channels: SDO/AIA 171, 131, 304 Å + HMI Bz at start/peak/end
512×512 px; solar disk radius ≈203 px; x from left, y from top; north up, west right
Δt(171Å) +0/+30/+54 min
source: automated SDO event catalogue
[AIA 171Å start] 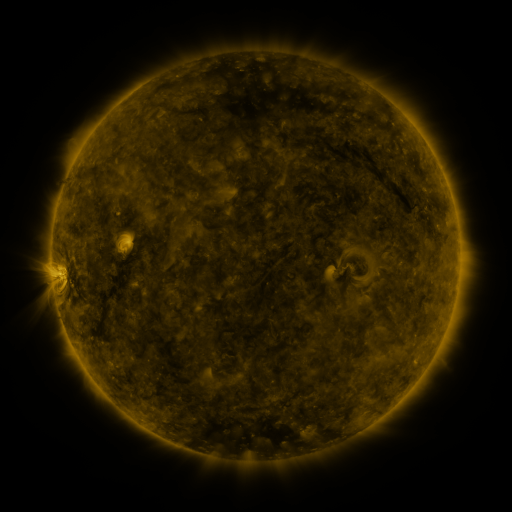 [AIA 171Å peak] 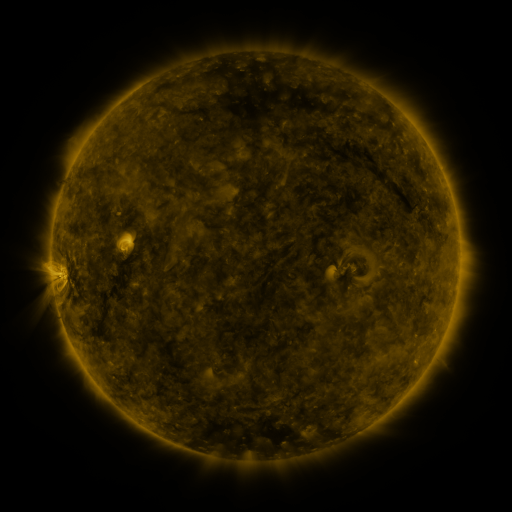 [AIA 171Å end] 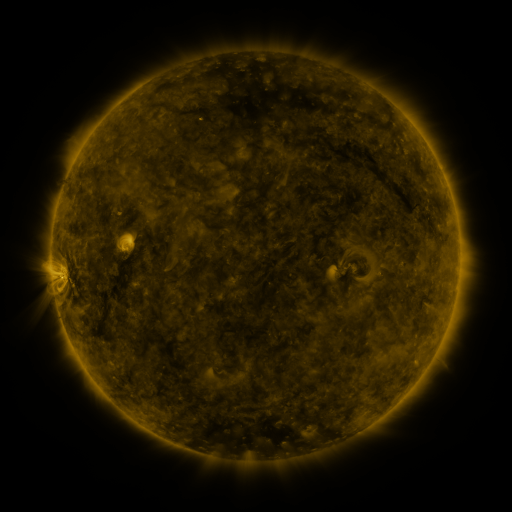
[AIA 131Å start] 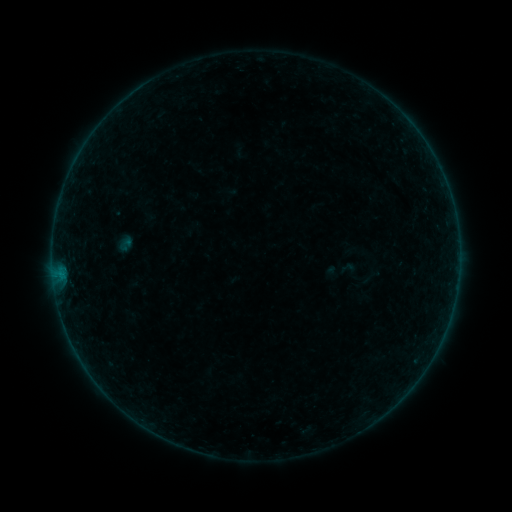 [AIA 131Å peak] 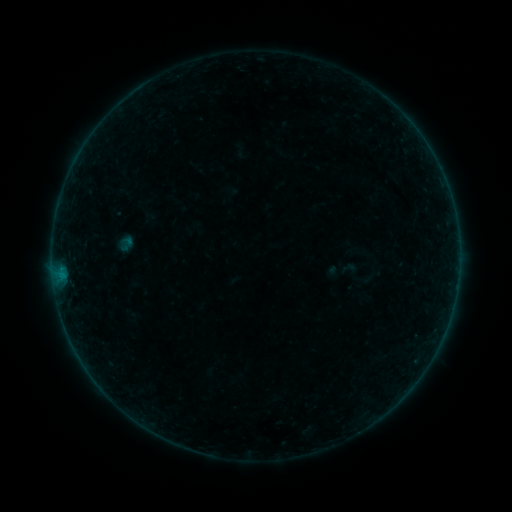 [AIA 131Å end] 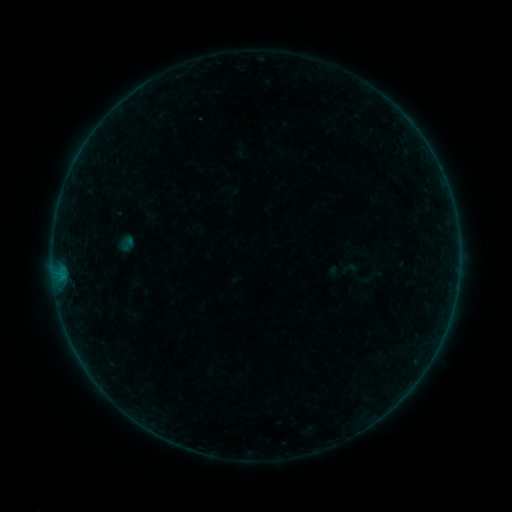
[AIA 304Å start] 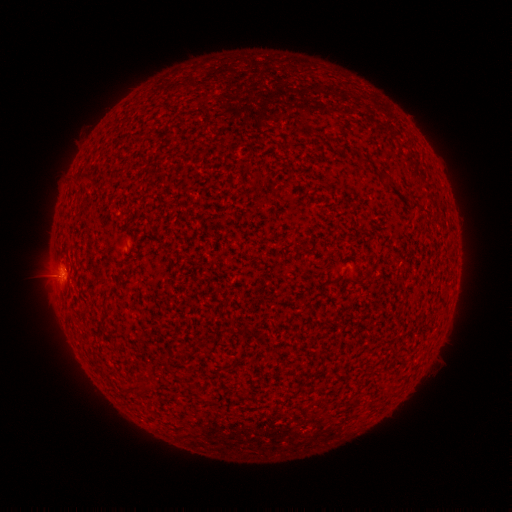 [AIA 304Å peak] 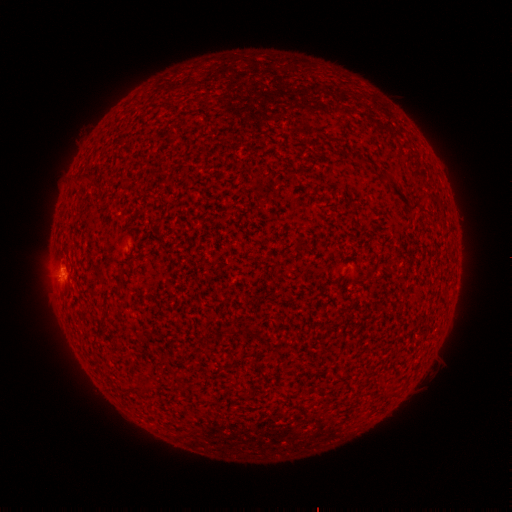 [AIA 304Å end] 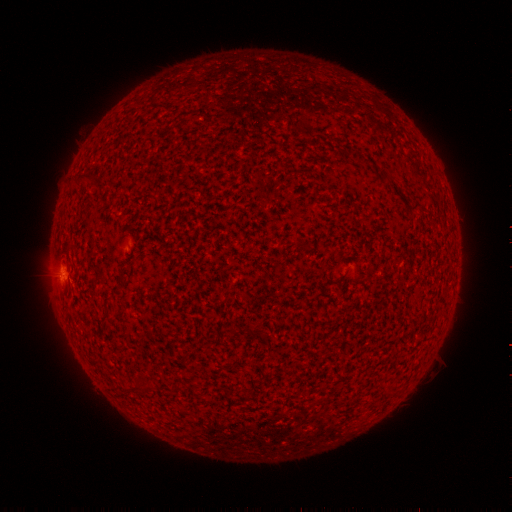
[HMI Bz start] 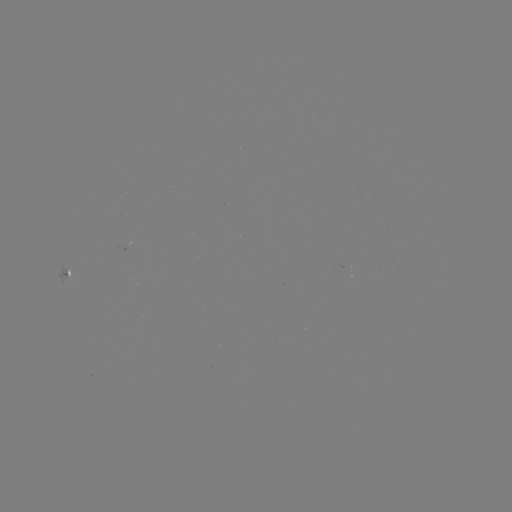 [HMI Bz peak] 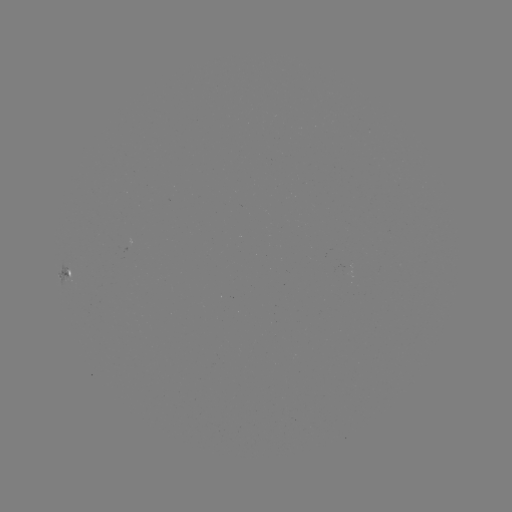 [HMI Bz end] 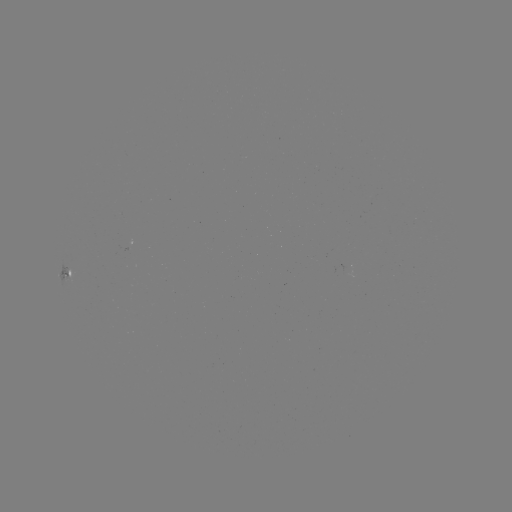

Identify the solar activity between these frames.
B2.4 flare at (57, 280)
